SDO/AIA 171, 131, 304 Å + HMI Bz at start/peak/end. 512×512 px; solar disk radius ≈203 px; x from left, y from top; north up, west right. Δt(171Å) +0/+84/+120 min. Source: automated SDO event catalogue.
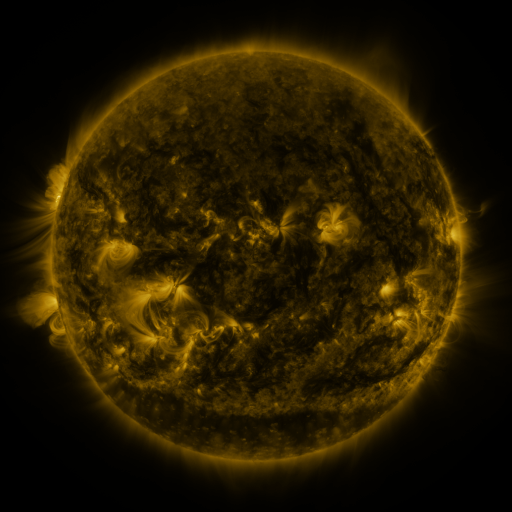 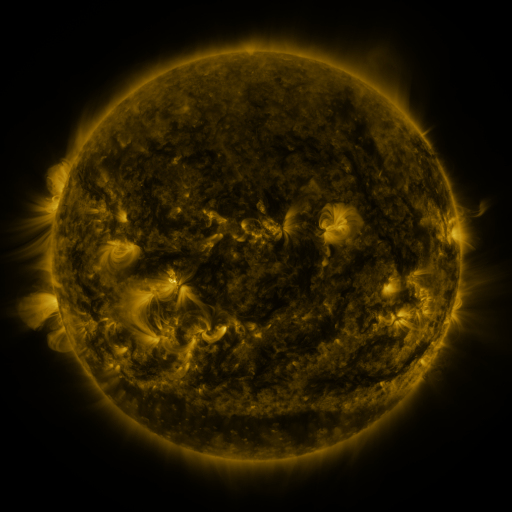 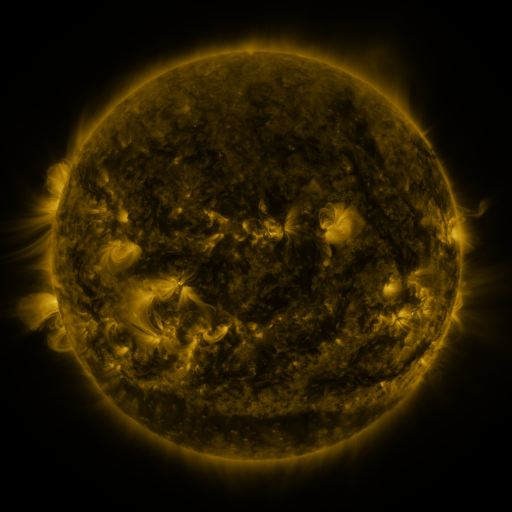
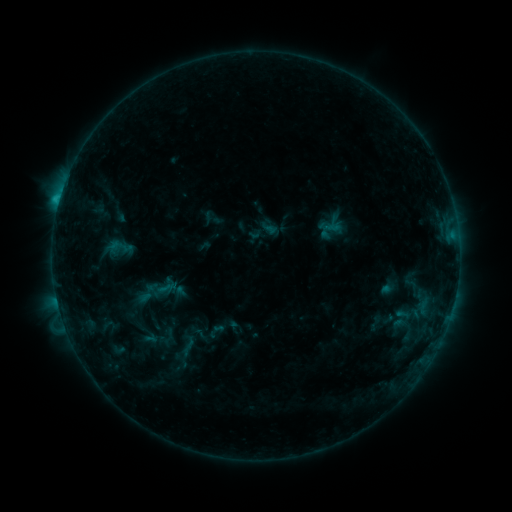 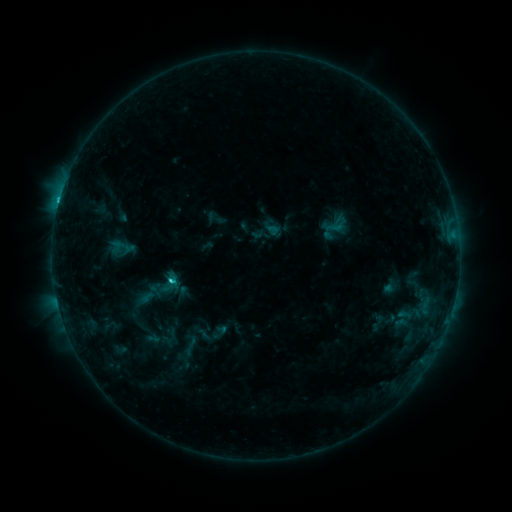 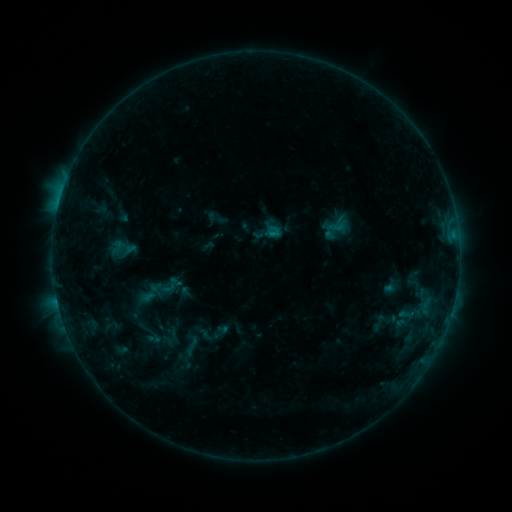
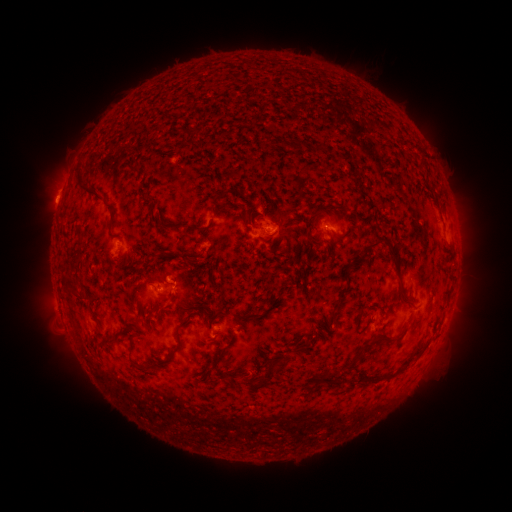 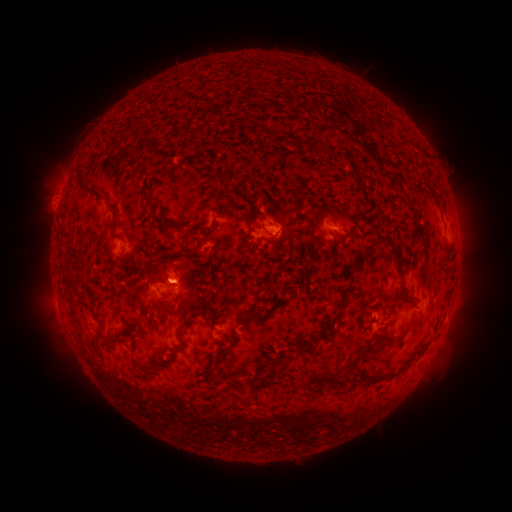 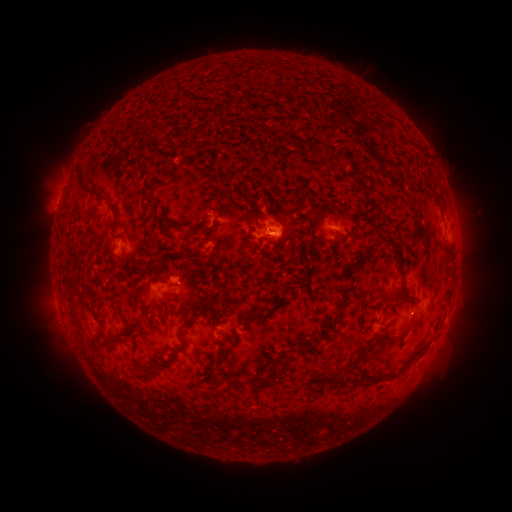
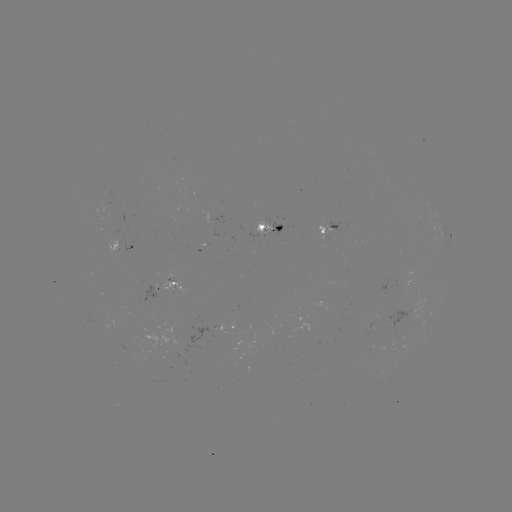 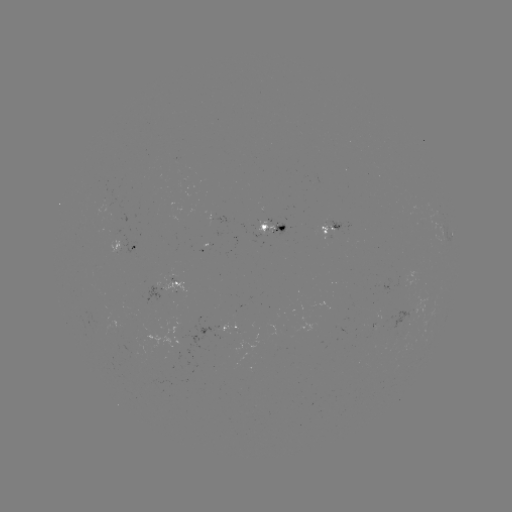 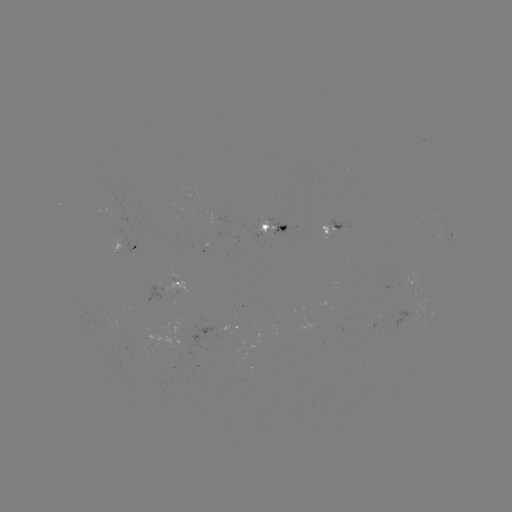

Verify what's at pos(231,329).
emerging-flux region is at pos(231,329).